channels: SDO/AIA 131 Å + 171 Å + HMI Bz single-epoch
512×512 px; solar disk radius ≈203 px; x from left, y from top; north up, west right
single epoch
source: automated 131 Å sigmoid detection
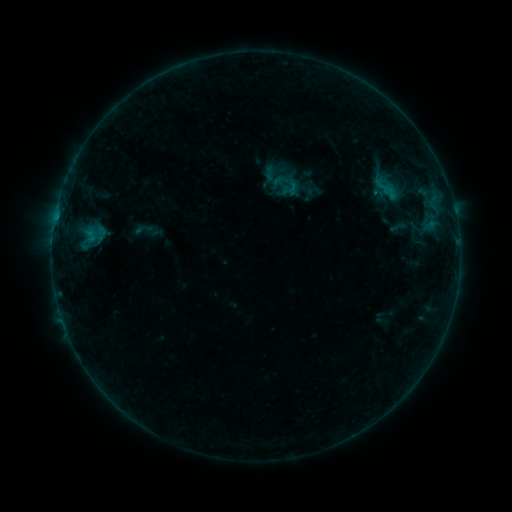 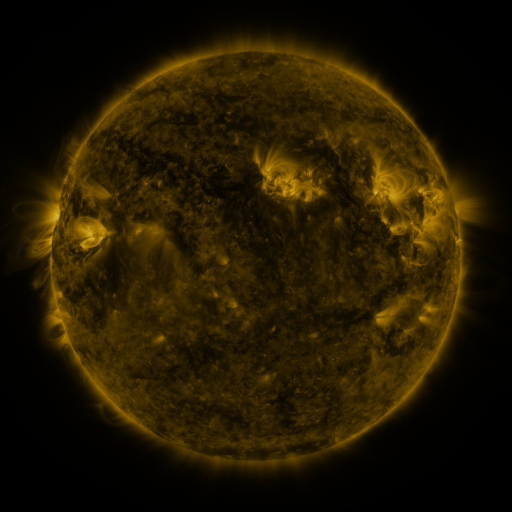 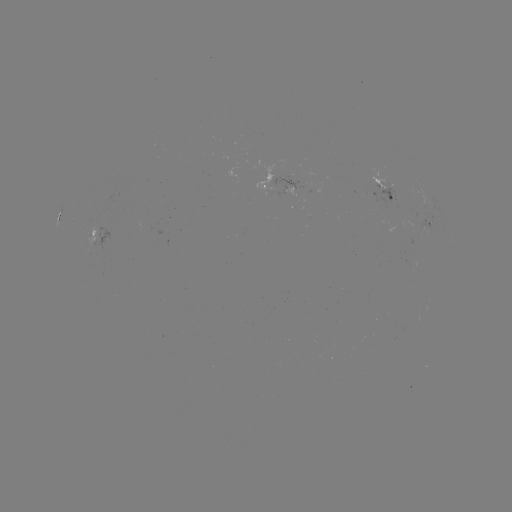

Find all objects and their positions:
sigmoid: <bbox>262, 167, 289, 192</bbox>
sigmoid: <bbox>280, 179, 300, 198</bbox>
